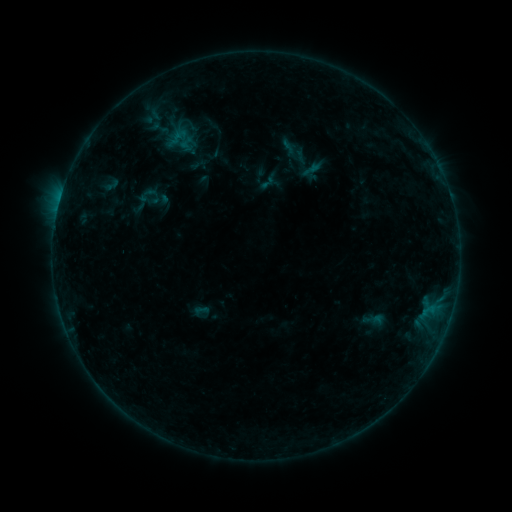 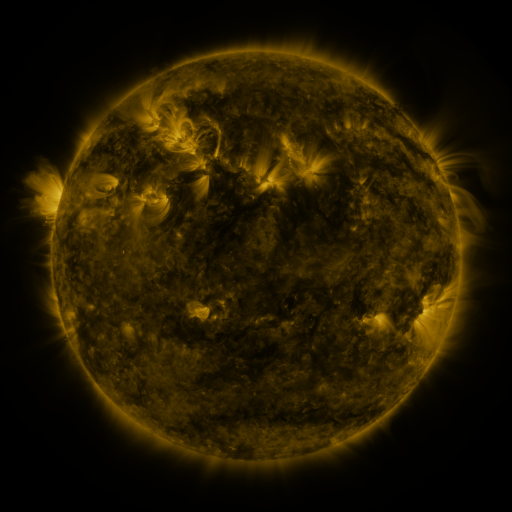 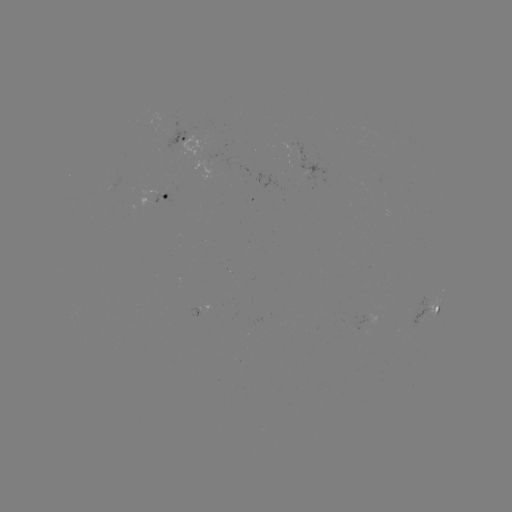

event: sigmoid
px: (111, 184)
